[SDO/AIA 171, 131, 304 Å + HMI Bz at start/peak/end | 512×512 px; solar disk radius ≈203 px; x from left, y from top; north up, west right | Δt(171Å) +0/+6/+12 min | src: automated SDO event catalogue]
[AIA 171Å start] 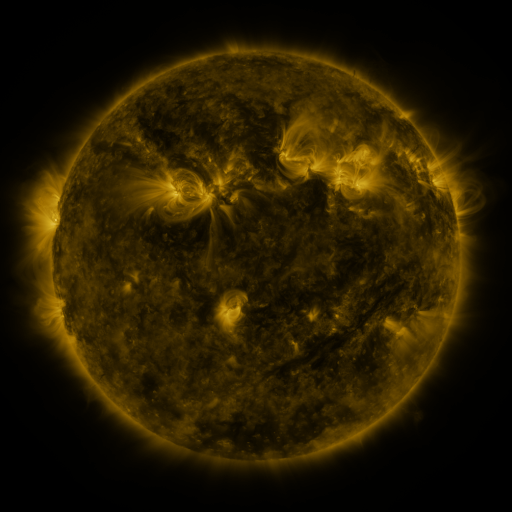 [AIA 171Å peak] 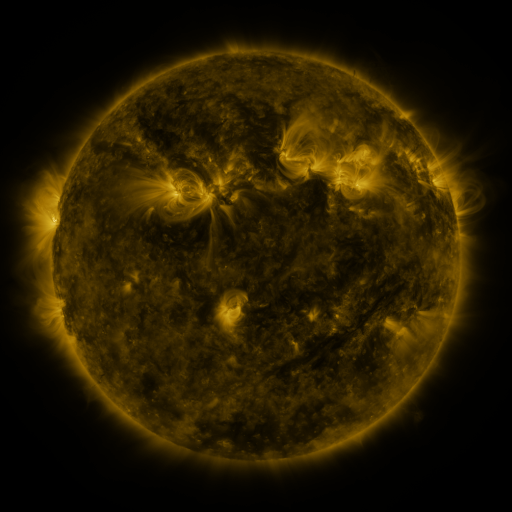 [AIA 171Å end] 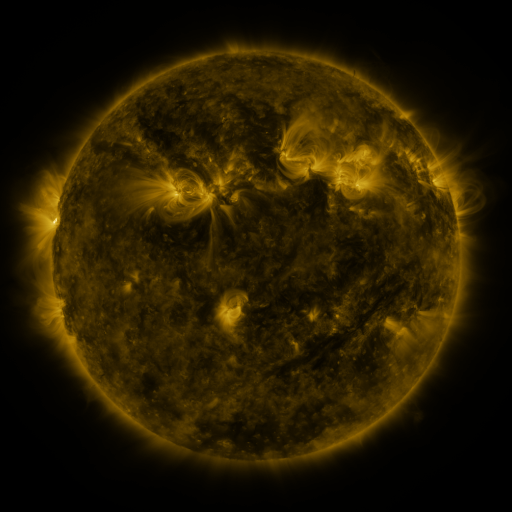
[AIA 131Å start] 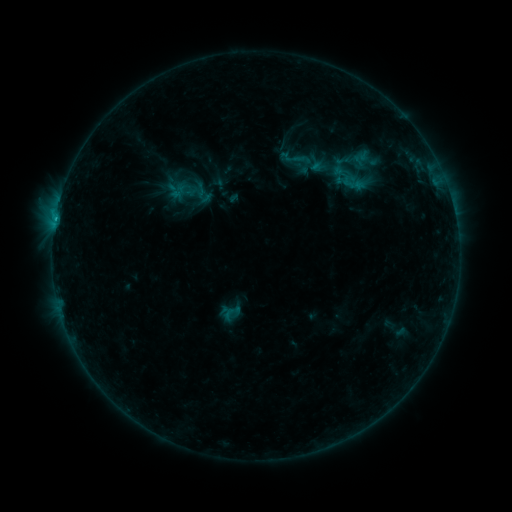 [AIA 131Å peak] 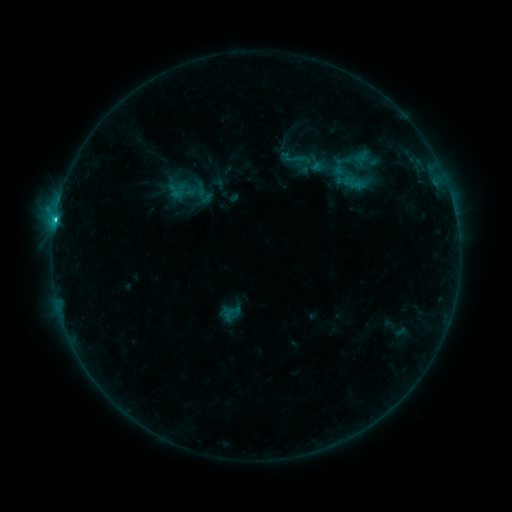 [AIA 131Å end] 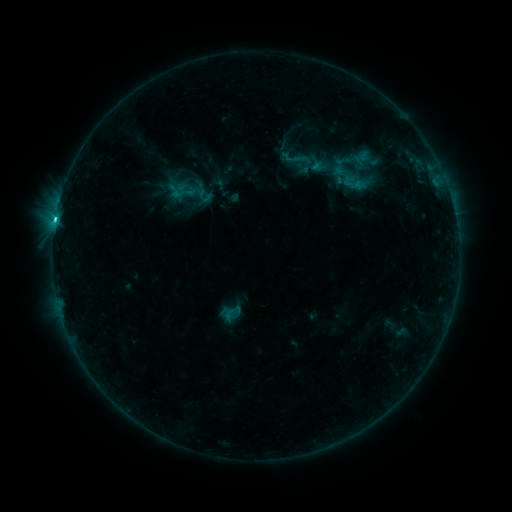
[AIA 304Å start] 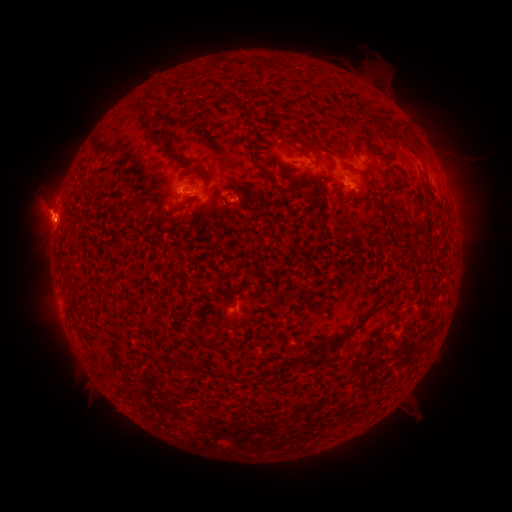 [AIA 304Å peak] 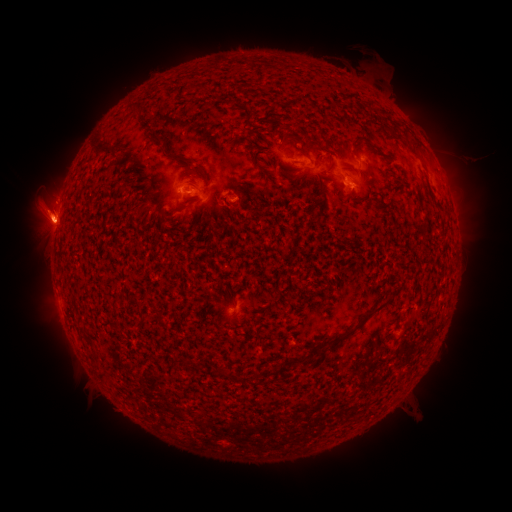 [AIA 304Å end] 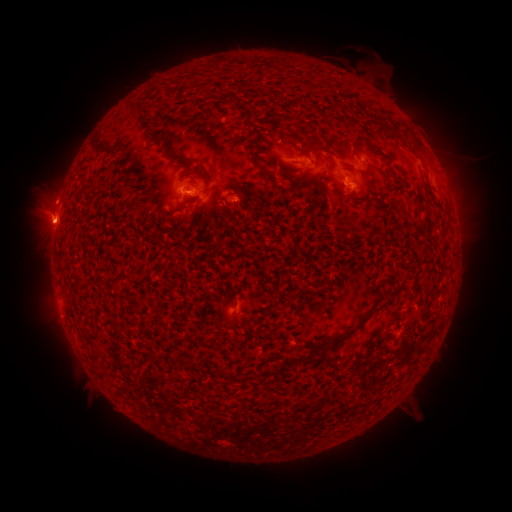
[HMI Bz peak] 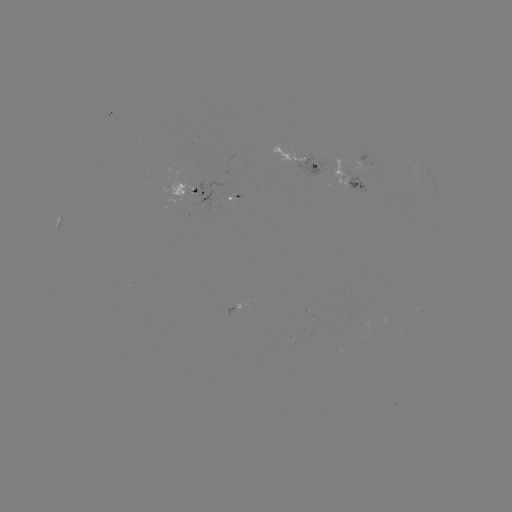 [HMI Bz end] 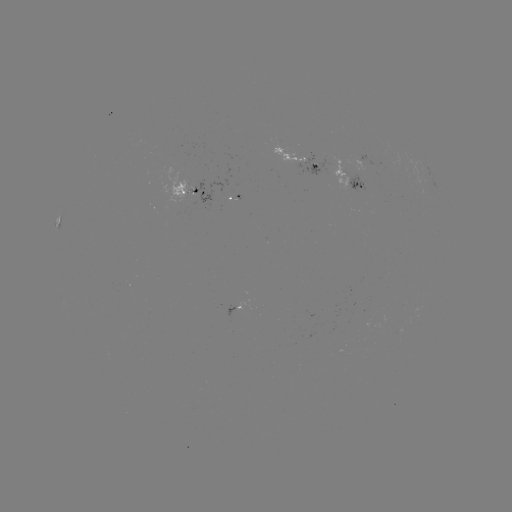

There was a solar flare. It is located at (55, 223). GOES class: C1.8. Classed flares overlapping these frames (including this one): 1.